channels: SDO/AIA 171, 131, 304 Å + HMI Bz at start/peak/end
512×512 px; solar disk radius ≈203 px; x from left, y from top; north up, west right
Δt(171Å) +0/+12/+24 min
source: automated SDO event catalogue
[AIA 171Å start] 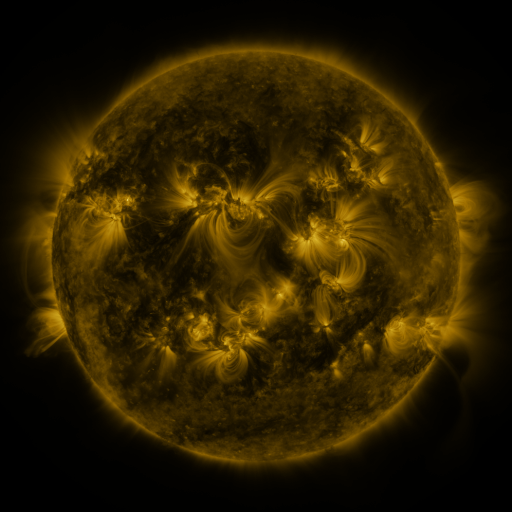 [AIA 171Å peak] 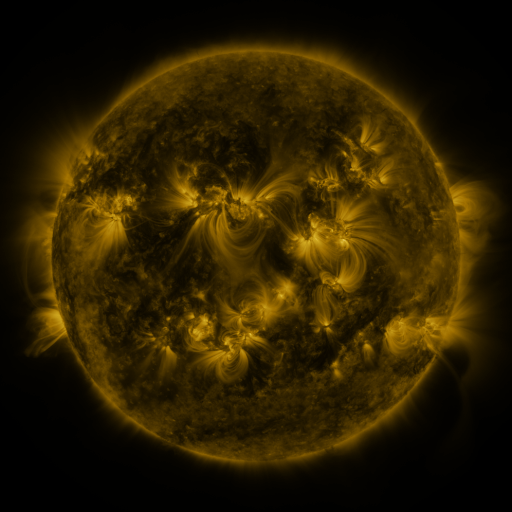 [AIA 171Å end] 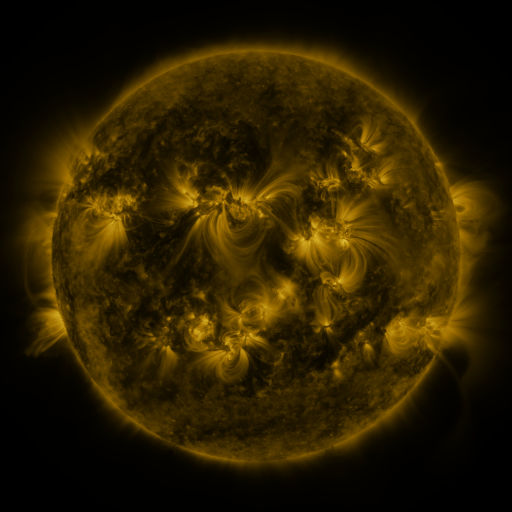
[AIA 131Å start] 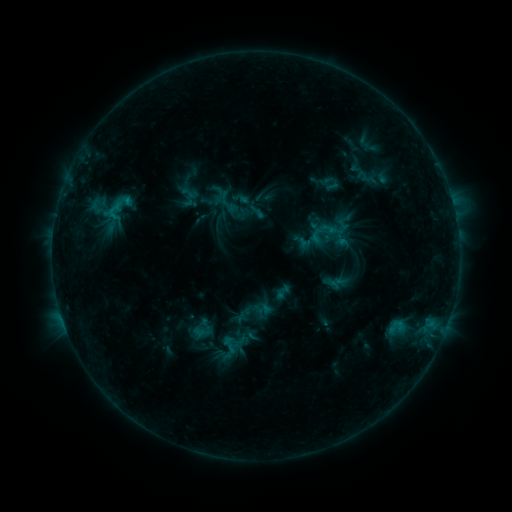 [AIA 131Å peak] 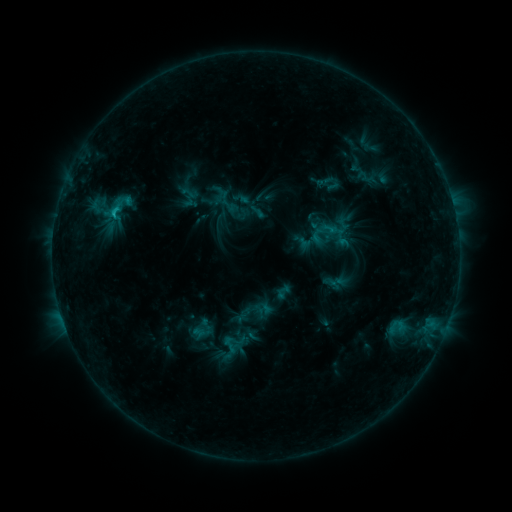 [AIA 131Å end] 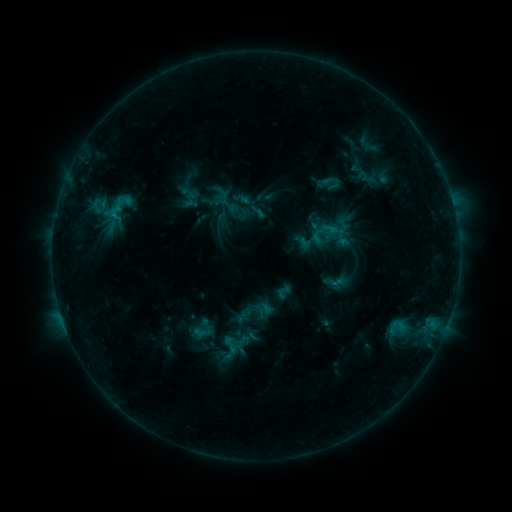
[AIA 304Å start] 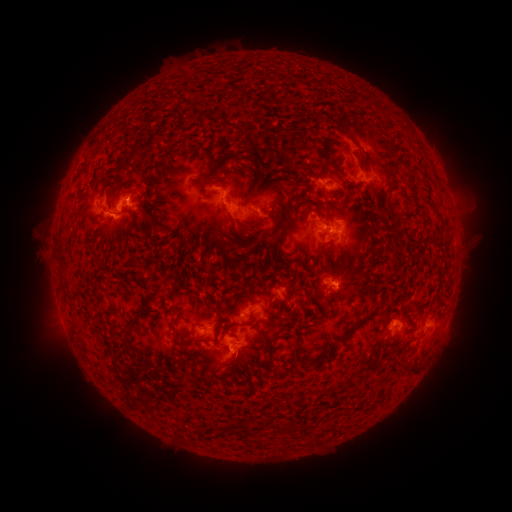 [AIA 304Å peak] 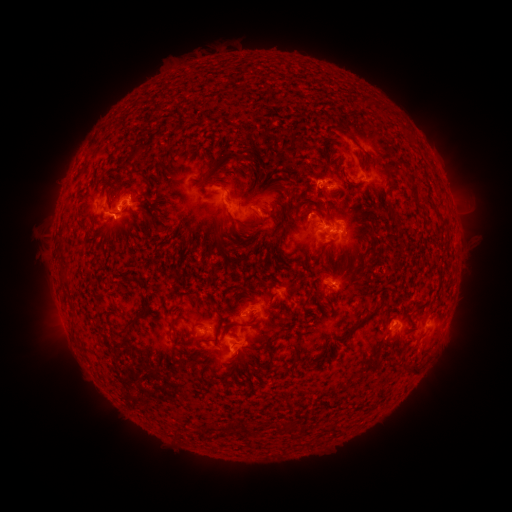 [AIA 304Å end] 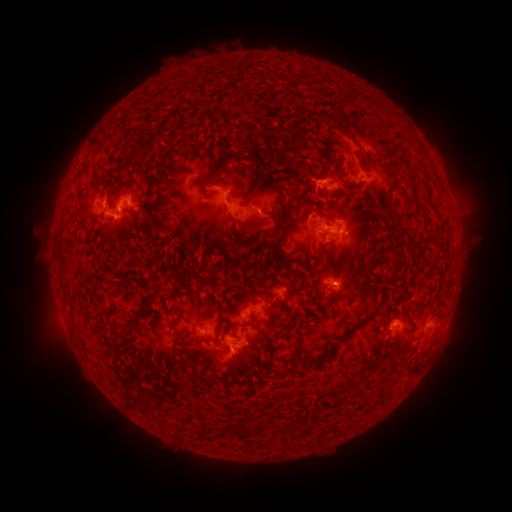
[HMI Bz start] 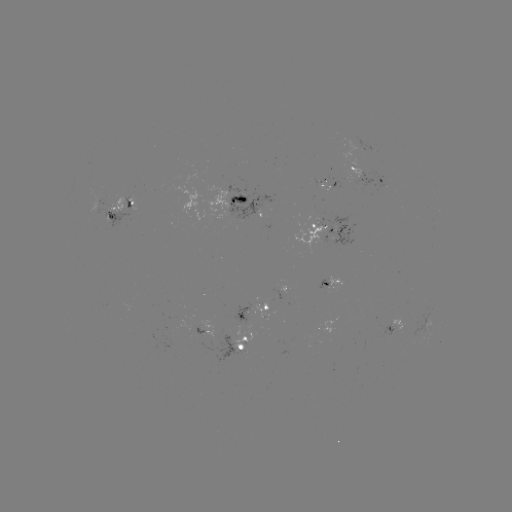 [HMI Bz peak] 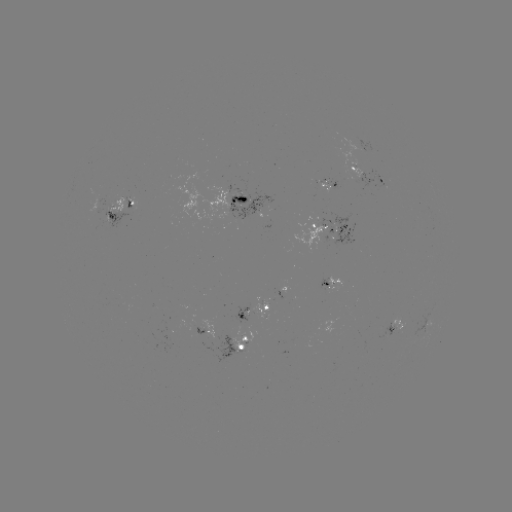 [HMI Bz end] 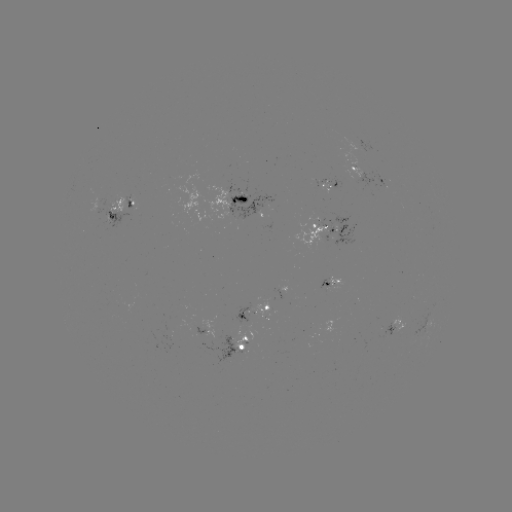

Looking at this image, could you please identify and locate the C1.1 flare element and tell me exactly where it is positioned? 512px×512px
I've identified C1.1 flare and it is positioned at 114,214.